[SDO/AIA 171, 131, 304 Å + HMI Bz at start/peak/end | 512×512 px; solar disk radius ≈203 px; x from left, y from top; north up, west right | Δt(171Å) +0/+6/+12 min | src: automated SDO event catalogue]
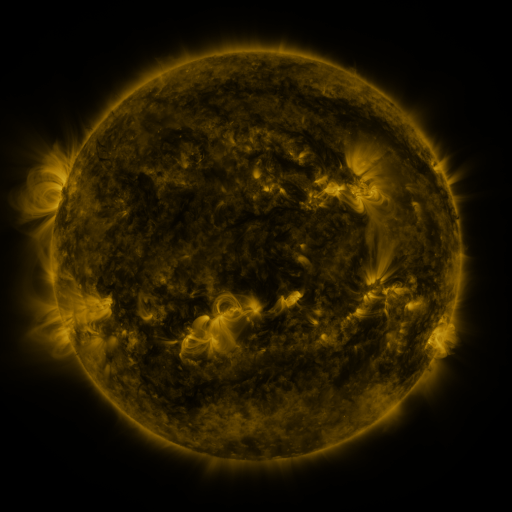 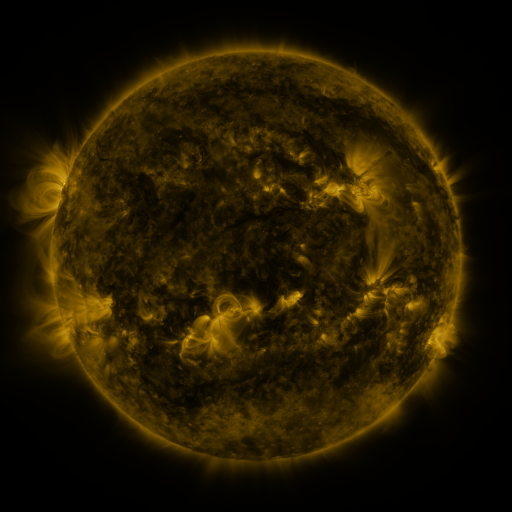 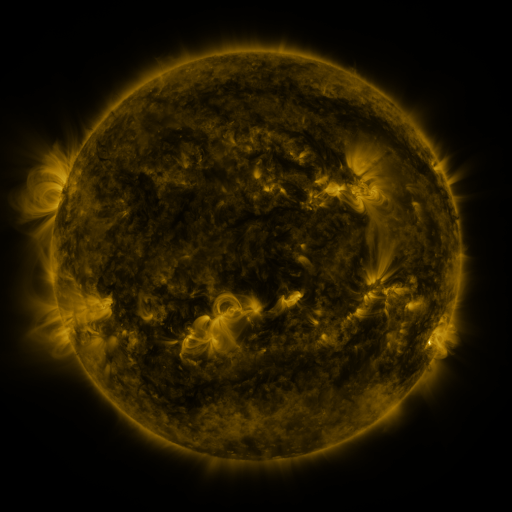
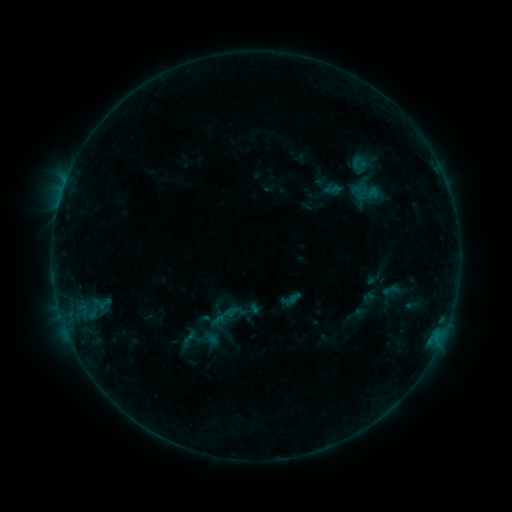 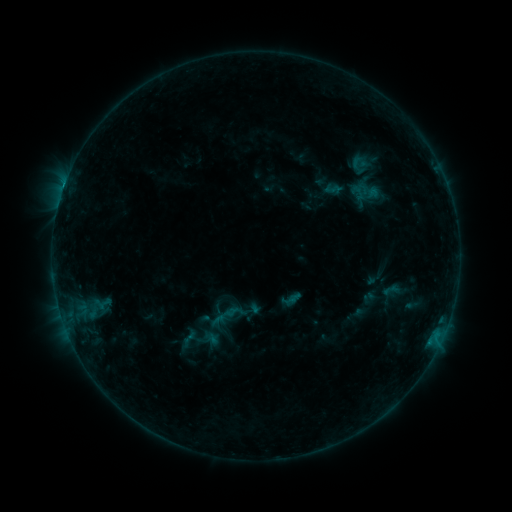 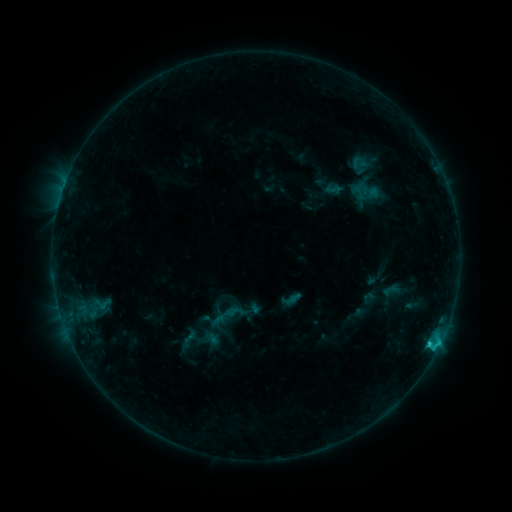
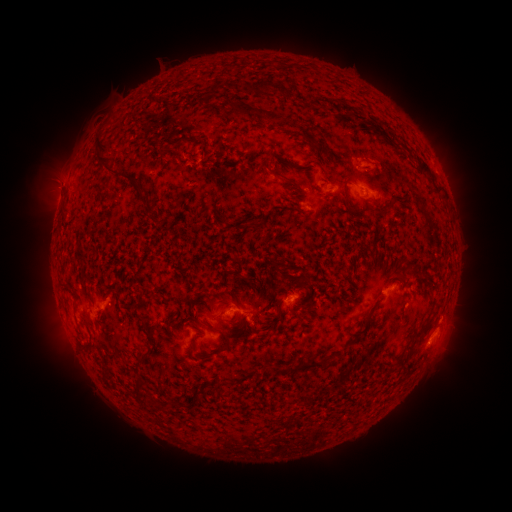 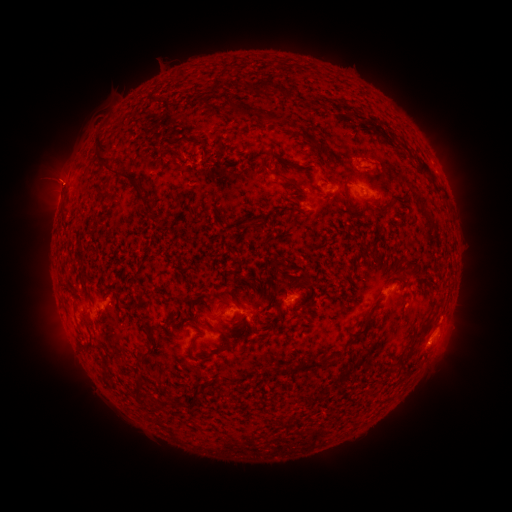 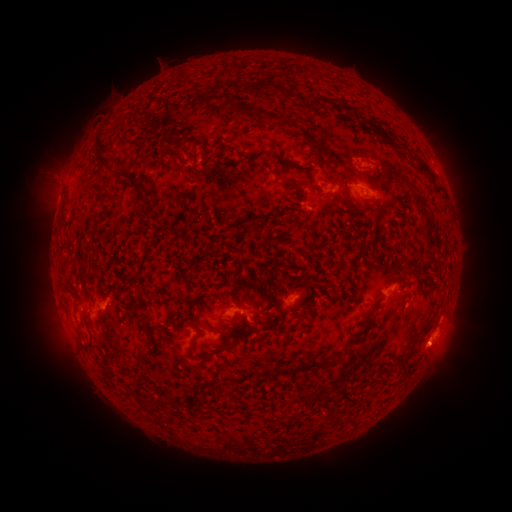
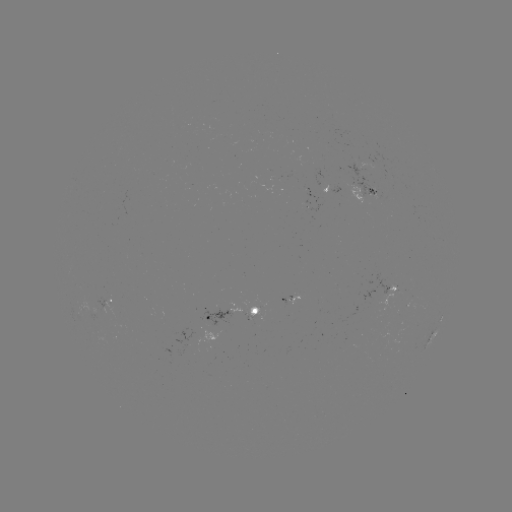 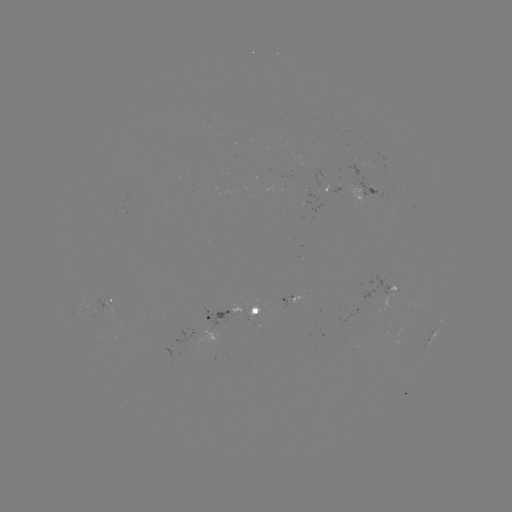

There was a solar flare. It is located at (429, 341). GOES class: C1.8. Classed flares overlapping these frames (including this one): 1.